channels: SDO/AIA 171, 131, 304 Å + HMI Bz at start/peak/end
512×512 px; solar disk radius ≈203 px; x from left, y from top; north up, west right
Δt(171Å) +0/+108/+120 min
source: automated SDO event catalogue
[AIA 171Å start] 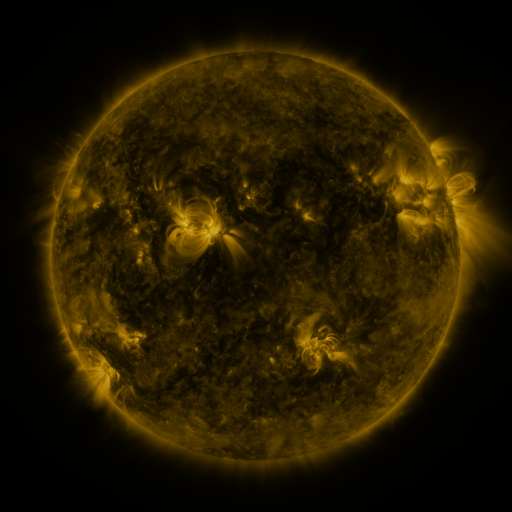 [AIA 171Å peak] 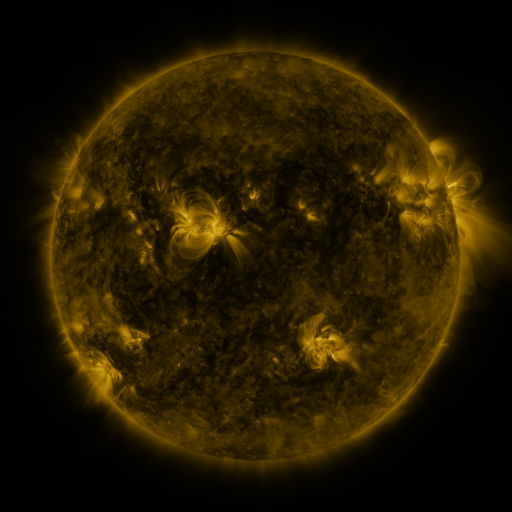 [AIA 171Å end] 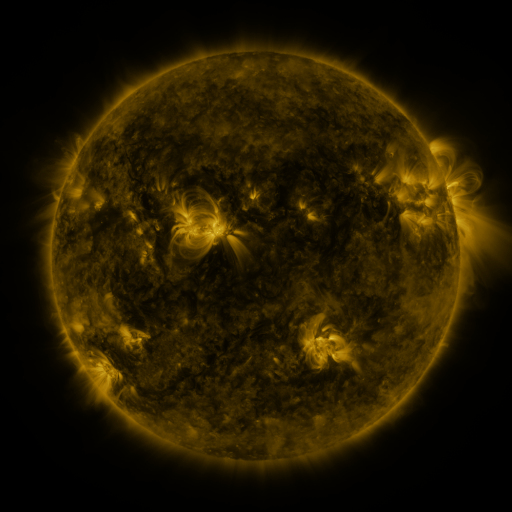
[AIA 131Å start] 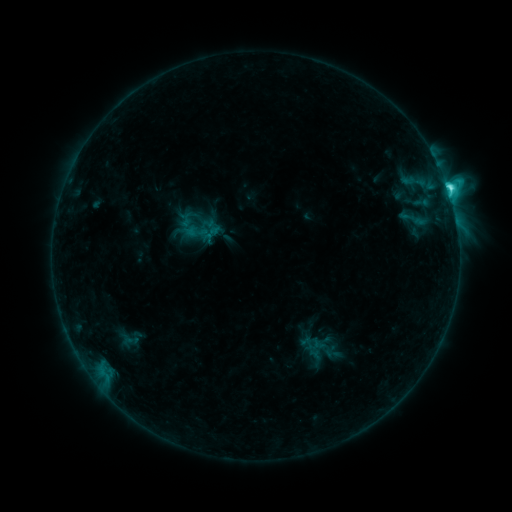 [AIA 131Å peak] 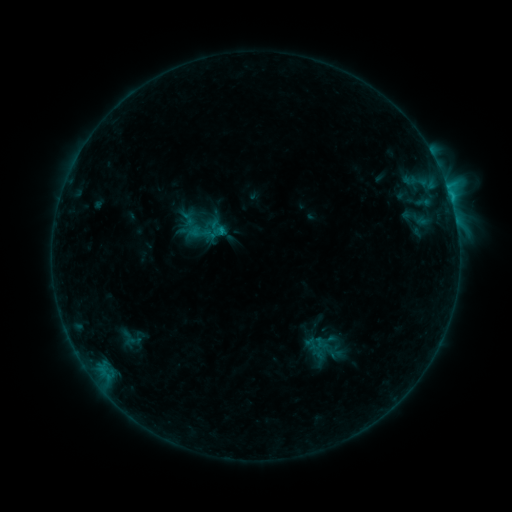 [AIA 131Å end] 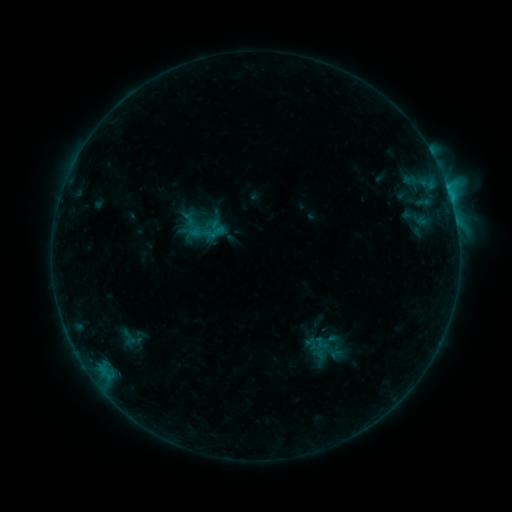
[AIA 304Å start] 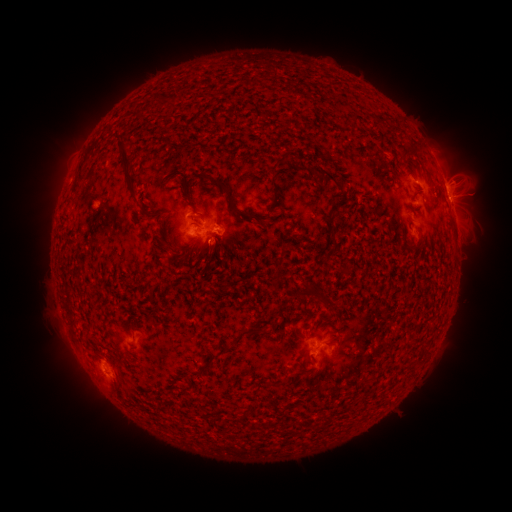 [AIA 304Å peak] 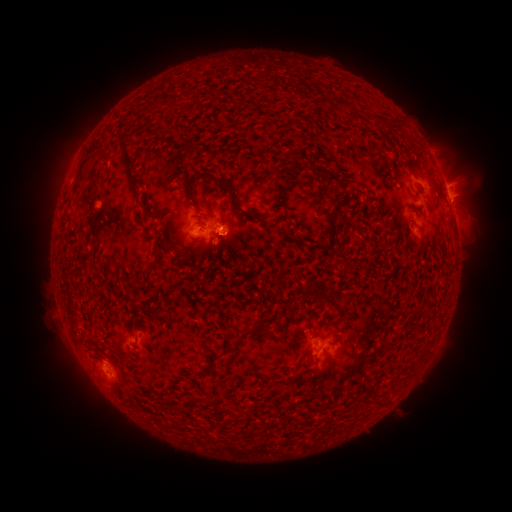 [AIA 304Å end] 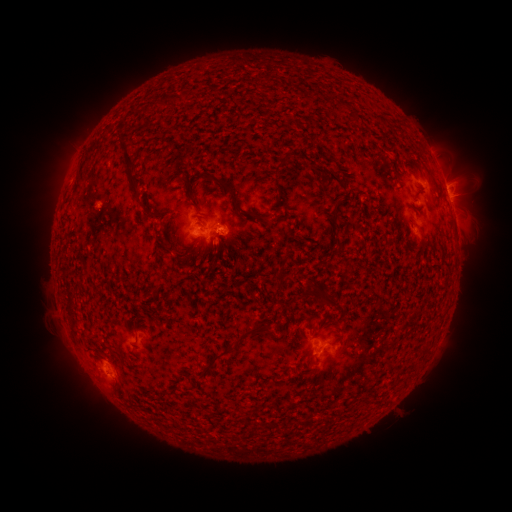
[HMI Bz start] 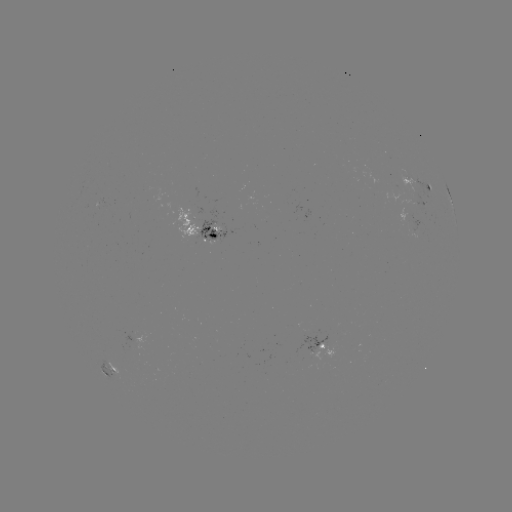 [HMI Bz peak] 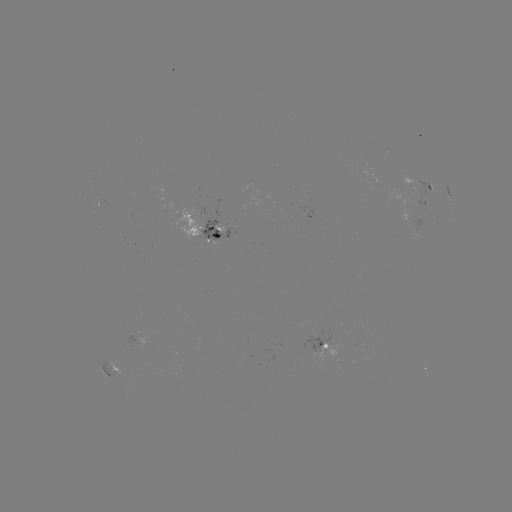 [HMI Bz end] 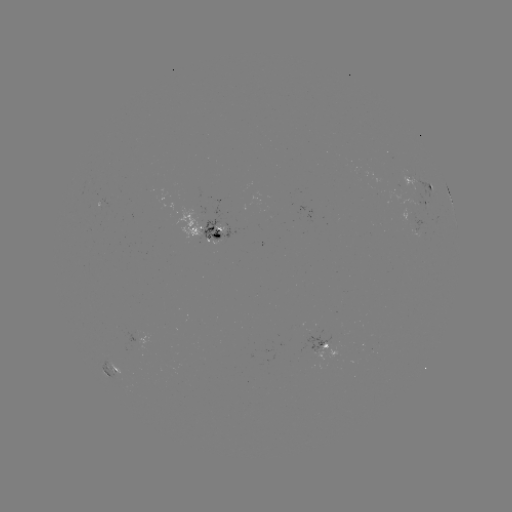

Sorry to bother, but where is emerging-flux region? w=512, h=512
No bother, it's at [216, 228].